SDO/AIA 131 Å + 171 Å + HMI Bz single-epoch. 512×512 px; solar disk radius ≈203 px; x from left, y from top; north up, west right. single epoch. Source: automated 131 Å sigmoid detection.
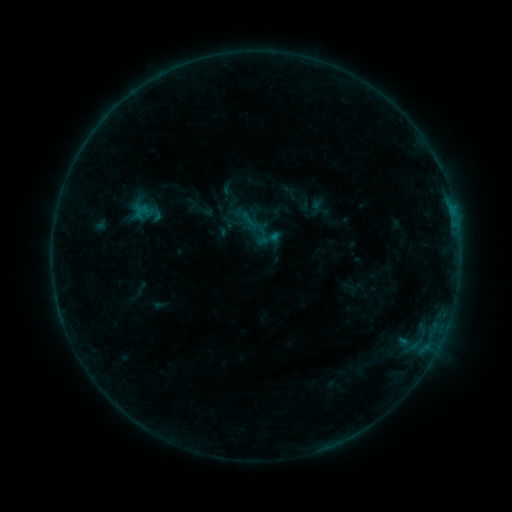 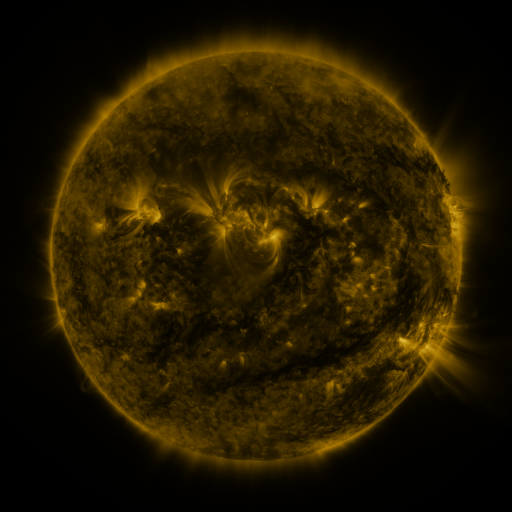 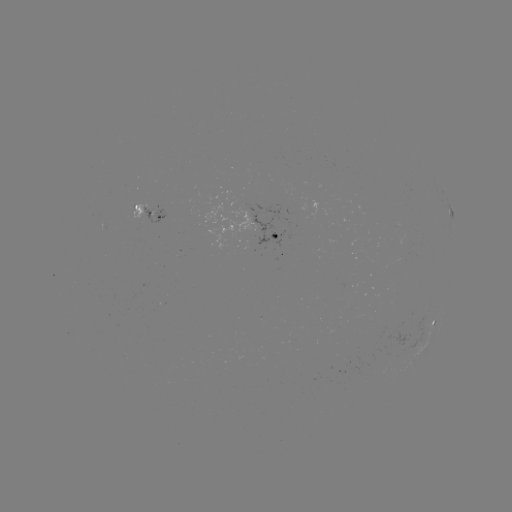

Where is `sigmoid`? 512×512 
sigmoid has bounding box [256, 226, 281, 251].